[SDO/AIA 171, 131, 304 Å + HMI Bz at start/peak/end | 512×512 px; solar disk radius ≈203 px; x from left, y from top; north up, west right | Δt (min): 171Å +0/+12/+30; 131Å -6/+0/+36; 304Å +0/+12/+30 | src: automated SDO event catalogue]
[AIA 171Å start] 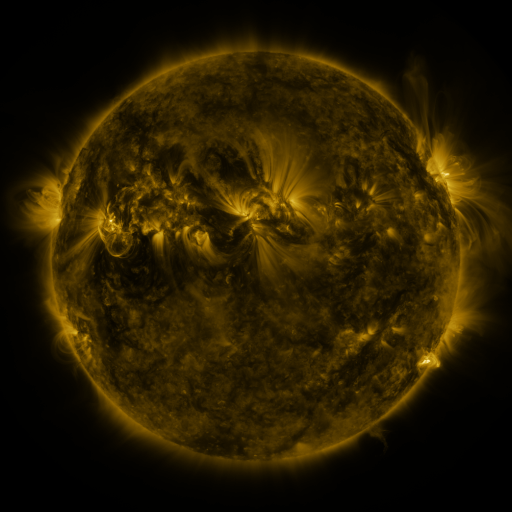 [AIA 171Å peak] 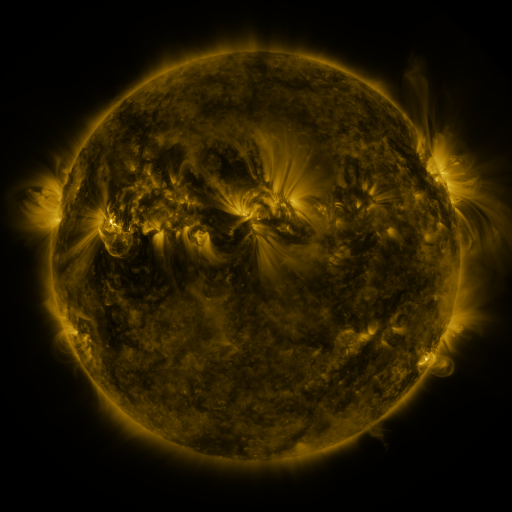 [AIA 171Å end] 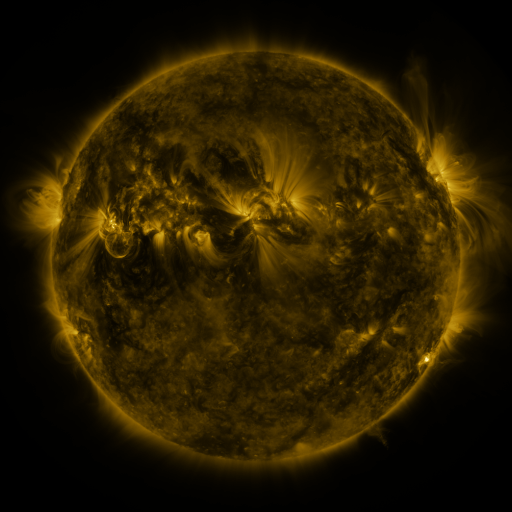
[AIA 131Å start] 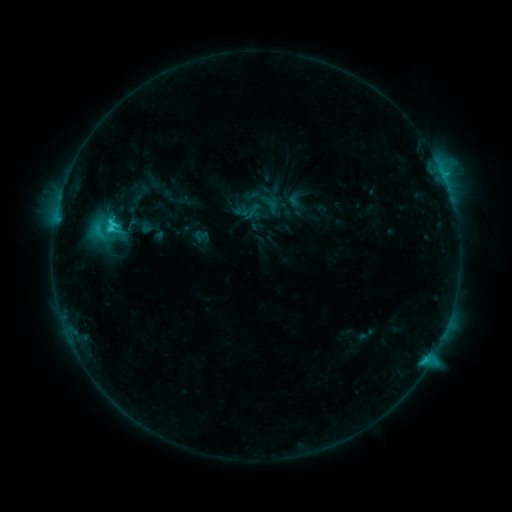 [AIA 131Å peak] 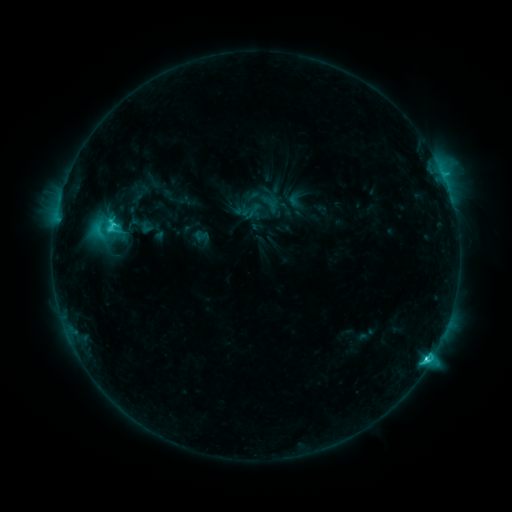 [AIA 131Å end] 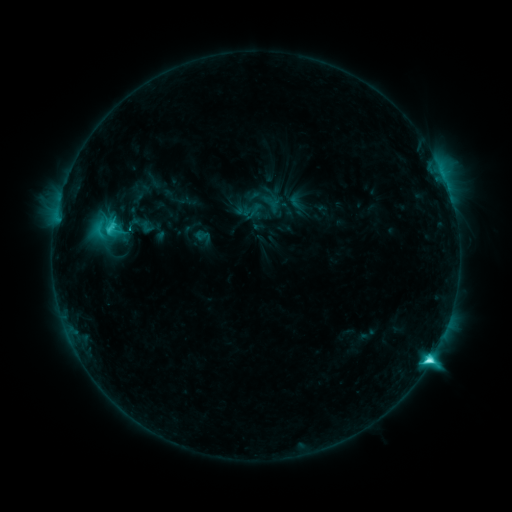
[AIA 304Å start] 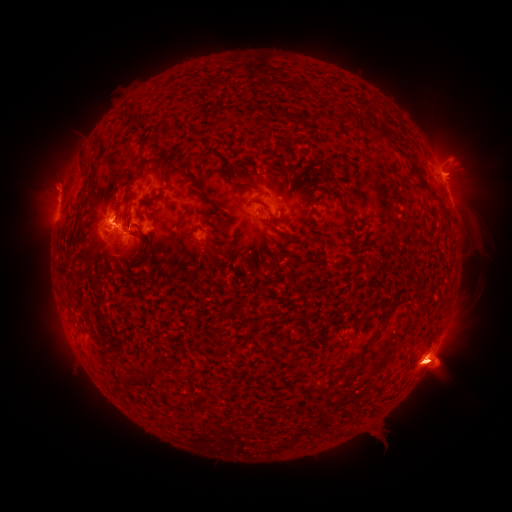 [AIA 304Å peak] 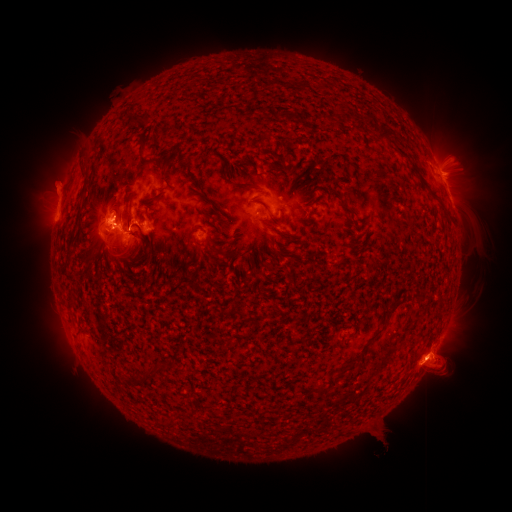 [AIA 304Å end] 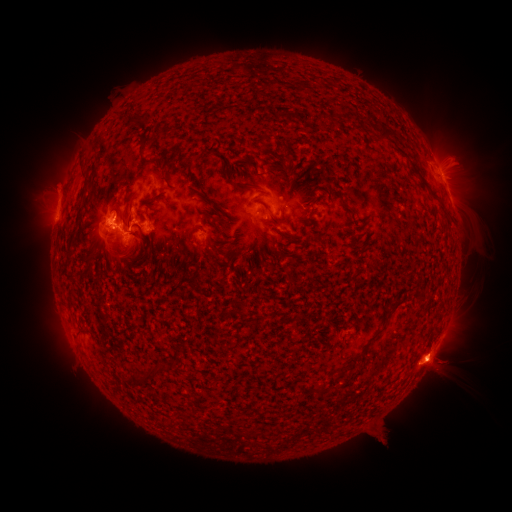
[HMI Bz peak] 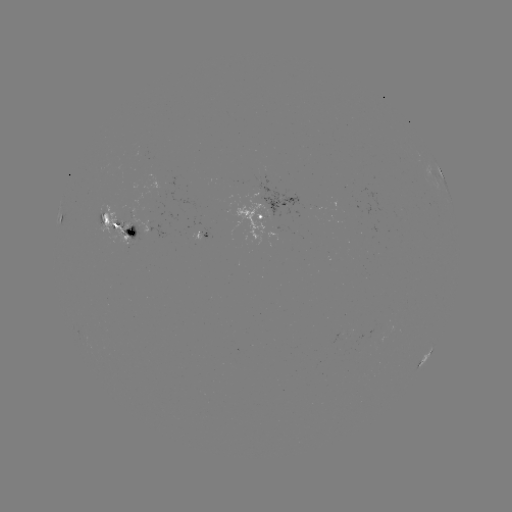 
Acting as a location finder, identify M1.5 flare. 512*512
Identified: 426,357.